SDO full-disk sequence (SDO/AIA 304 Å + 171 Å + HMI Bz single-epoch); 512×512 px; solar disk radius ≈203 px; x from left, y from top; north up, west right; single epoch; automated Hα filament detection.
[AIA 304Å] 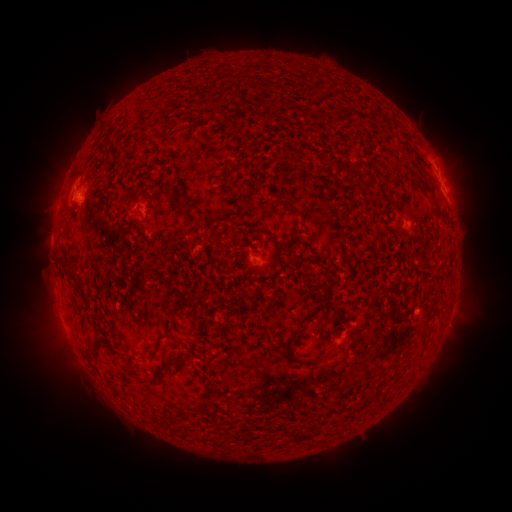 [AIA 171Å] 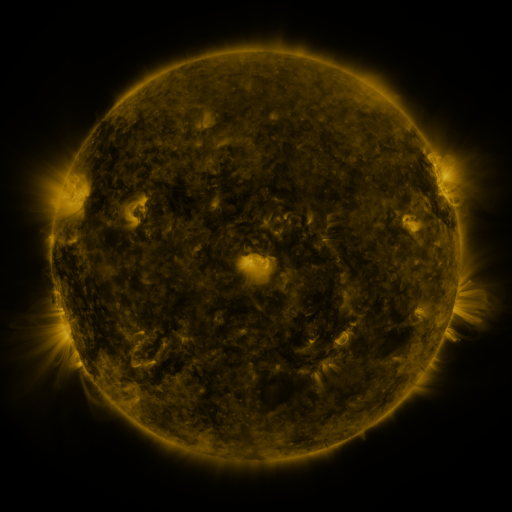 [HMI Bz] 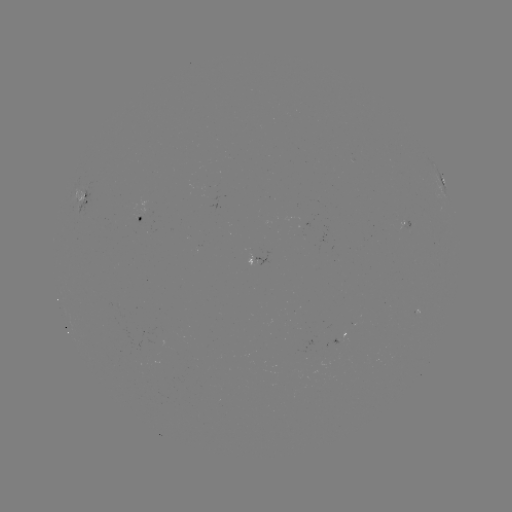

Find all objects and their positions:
filament: (420, 159)
filament: (369, 184)
filament: (121, 187)
filament: (432, 196)
filament: (152, 199)
filament: (176, 205)
filament: (247, 208)
filament: (292, 208)
filament: (219, 241)
filament: (73, 279)
filament: (326, 299)
filament: (179, 309)
filament: (172, 329)
filament: (93, 346)
filament: (289, 346)
filament: (172, 364)
filament: (143, 380)
